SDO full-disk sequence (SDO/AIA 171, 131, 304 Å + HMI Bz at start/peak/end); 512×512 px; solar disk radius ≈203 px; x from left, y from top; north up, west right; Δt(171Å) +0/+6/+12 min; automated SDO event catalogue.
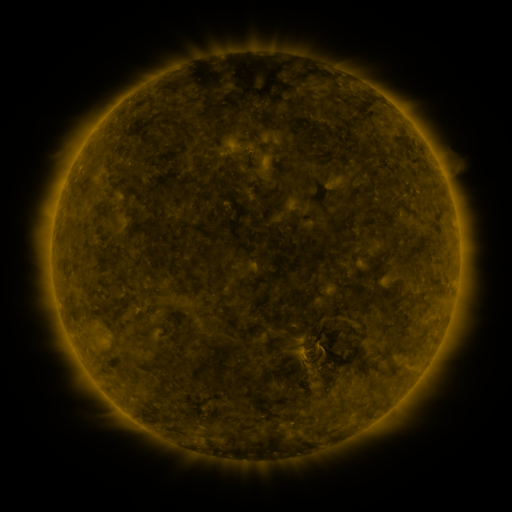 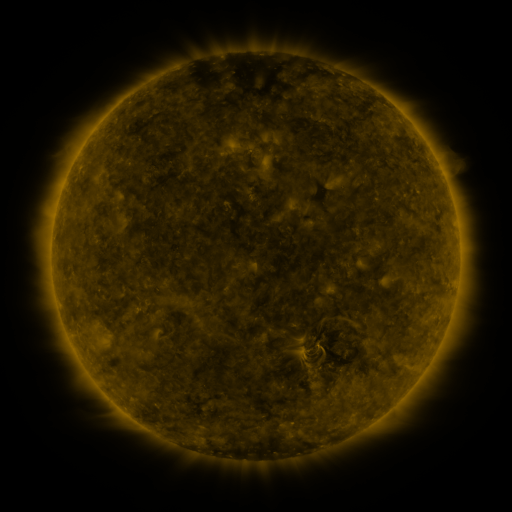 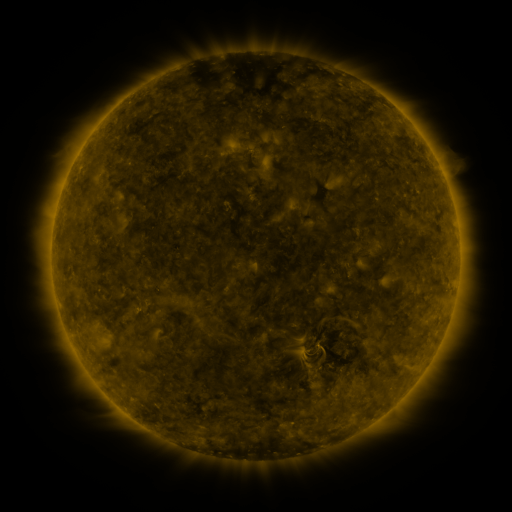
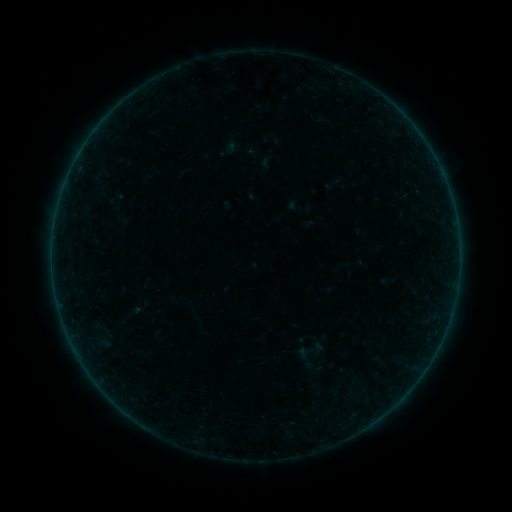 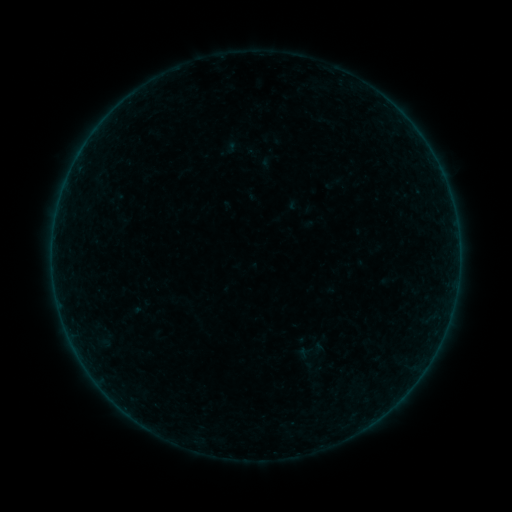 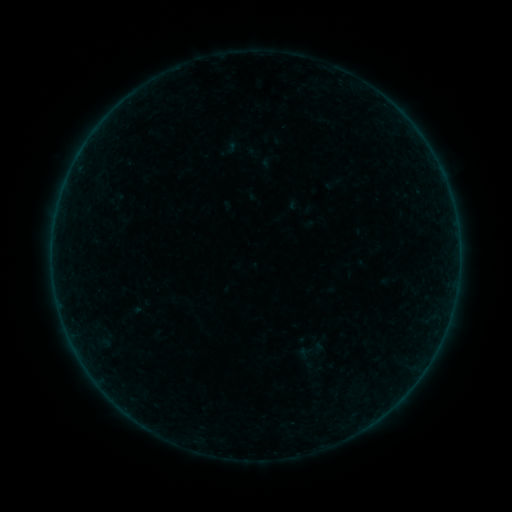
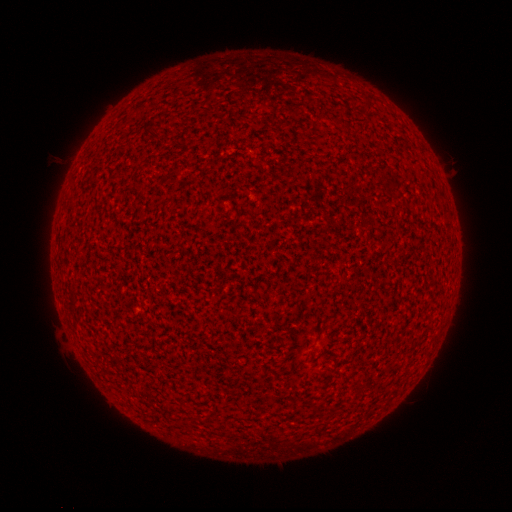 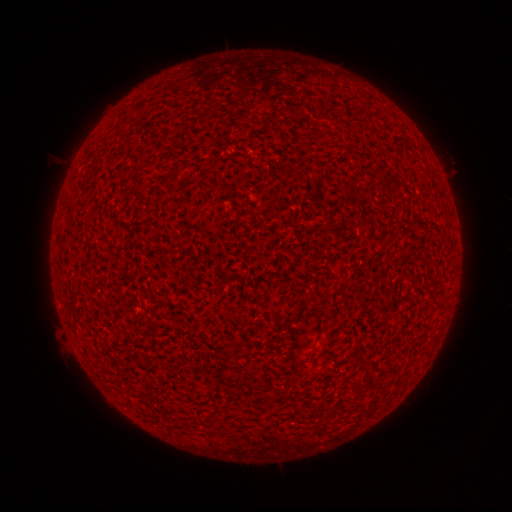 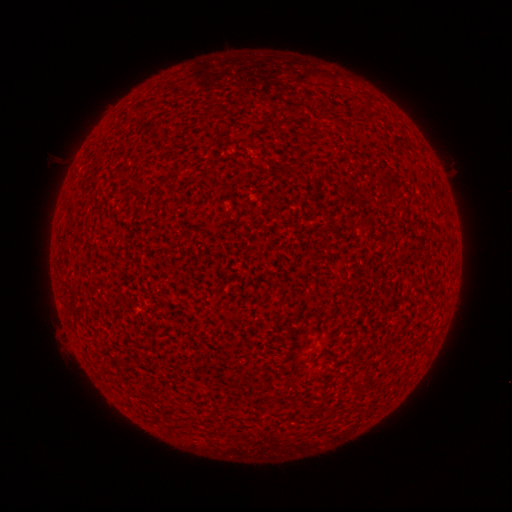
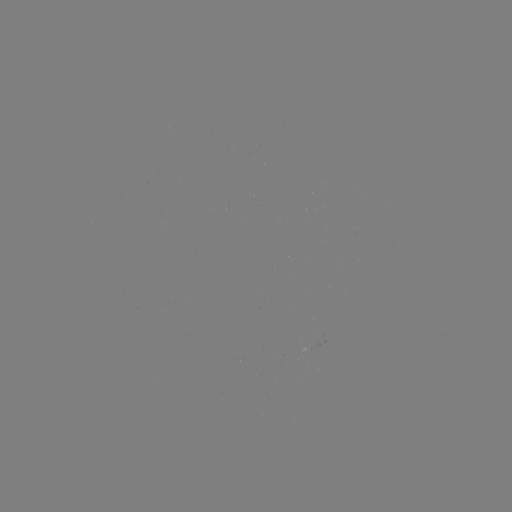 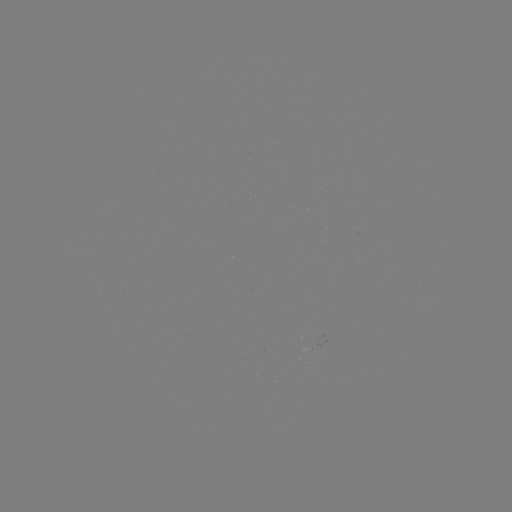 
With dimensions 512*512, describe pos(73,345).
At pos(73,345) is A8.5 flare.